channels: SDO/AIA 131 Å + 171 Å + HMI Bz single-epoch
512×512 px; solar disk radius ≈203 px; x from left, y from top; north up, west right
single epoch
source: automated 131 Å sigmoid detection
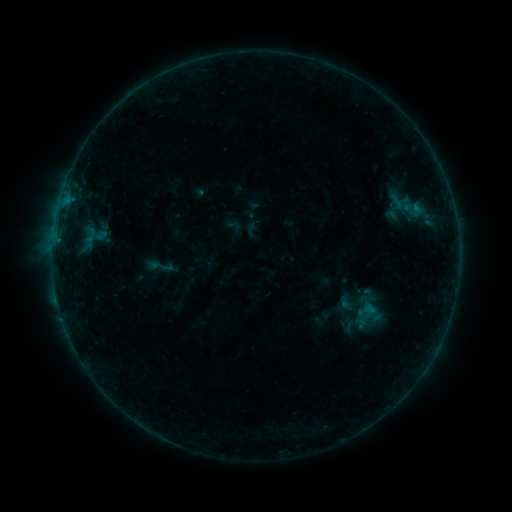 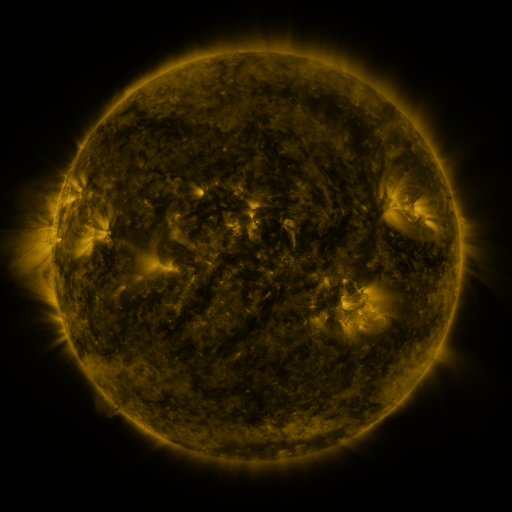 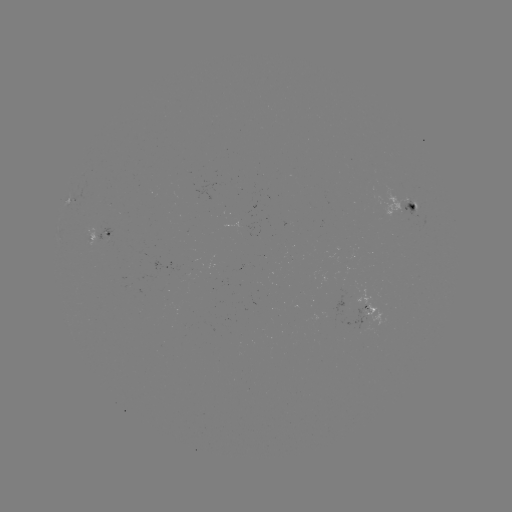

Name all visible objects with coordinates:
sigmoid: [383, 189, 409, 213]
sigmoid: [85, 222, 107, 244]
sigmoid: [144, 252, 176, 280]
